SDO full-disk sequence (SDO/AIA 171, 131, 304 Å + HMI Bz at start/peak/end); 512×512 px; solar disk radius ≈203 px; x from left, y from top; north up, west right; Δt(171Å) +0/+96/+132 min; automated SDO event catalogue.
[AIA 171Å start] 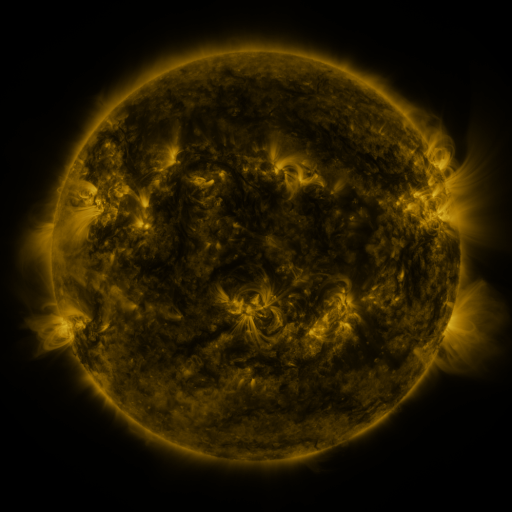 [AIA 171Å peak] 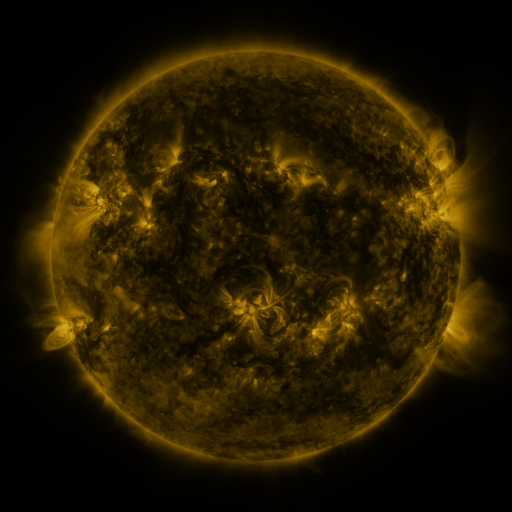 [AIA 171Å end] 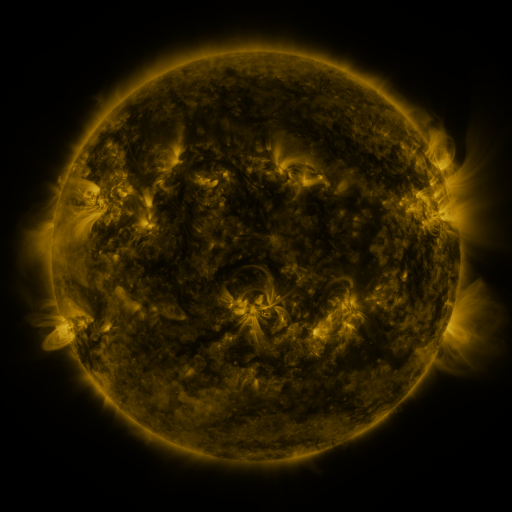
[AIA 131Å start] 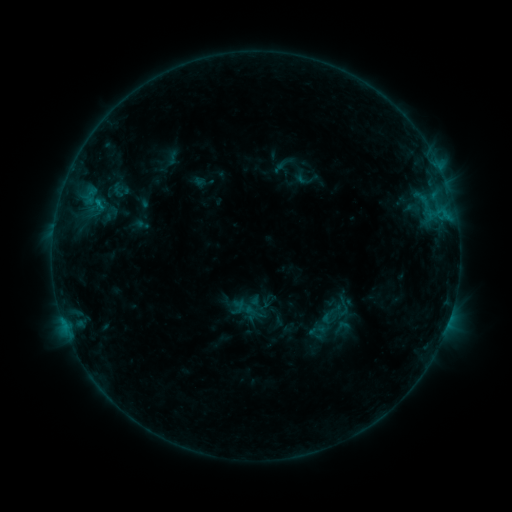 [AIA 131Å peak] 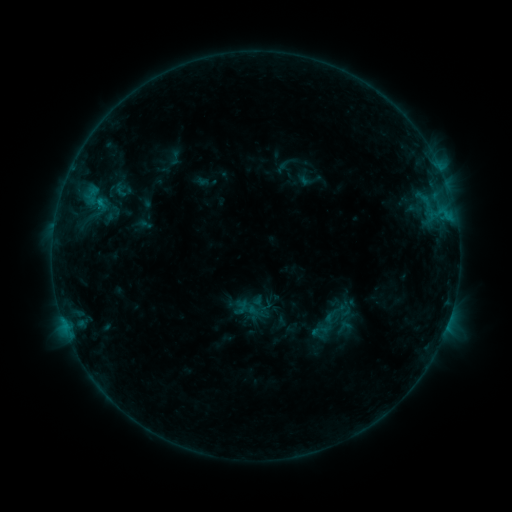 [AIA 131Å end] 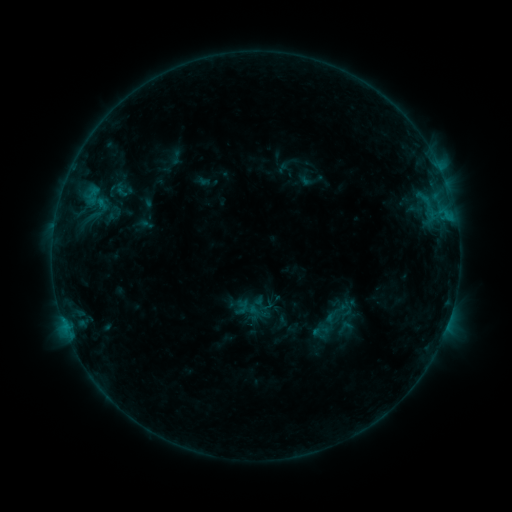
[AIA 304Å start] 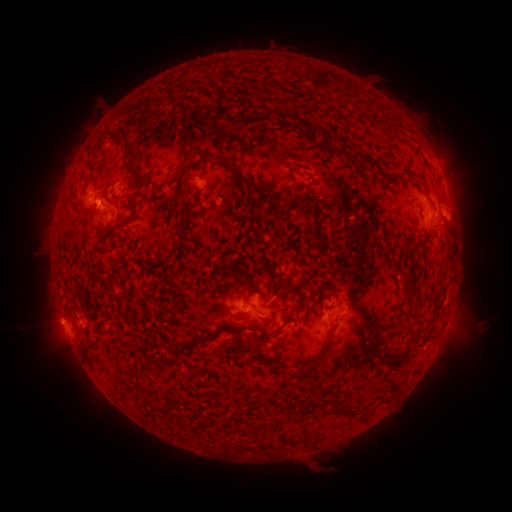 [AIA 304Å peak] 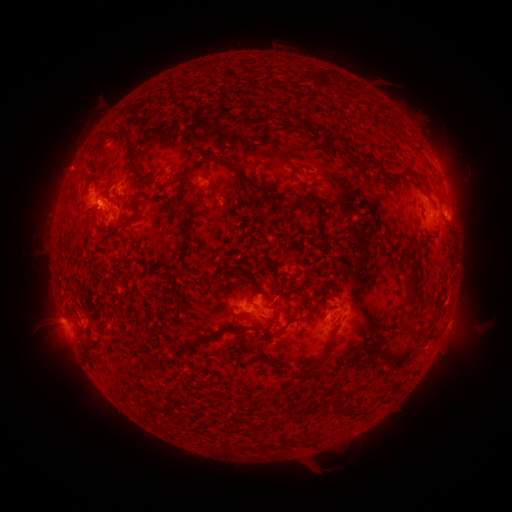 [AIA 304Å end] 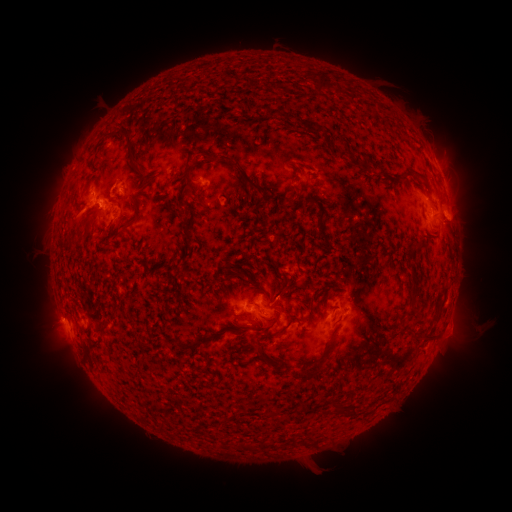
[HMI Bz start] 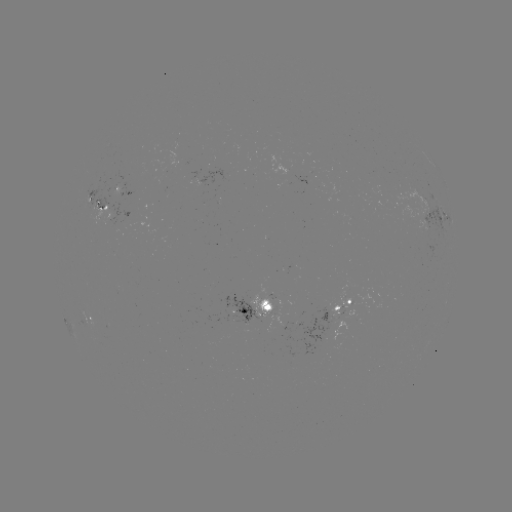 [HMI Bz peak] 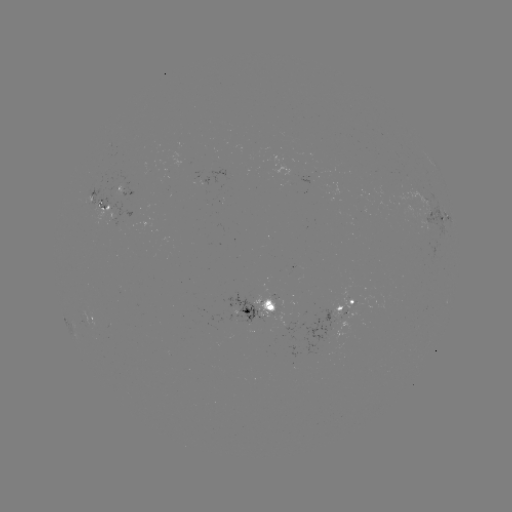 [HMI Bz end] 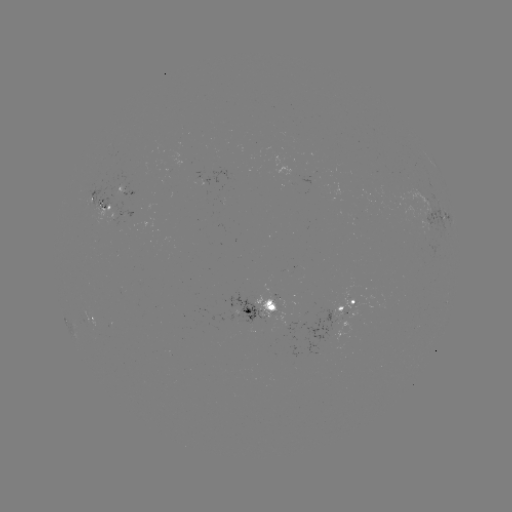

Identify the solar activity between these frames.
emerging-flux region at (124, 194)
